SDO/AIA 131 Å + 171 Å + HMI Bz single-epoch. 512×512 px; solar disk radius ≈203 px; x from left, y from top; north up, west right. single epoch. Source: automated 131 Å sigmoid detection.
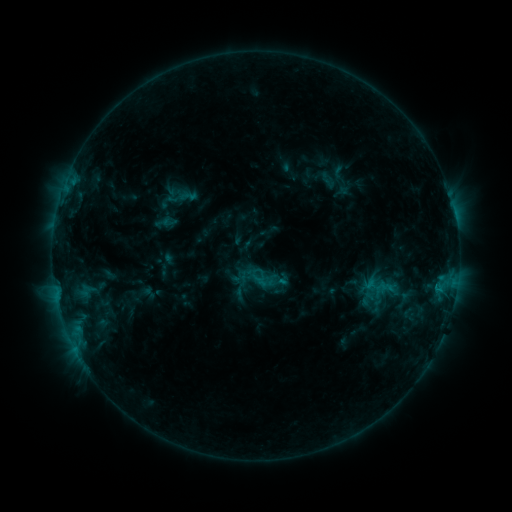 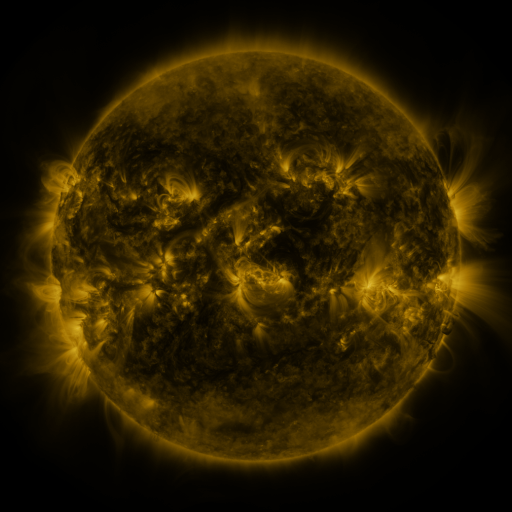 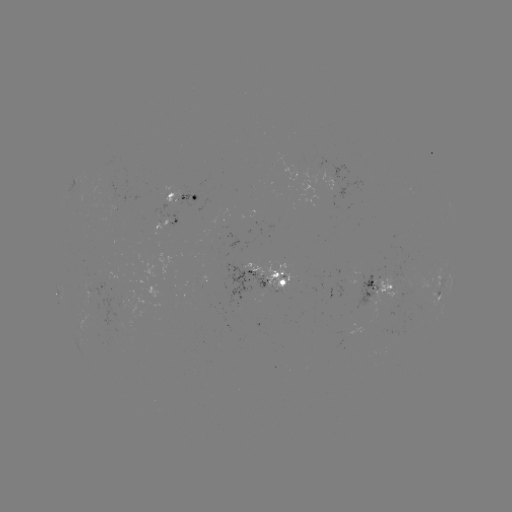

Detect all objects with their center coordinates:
sigmoid: [167, 187, 188, 208]
sigmoid: [364, 273, 397, 311]
